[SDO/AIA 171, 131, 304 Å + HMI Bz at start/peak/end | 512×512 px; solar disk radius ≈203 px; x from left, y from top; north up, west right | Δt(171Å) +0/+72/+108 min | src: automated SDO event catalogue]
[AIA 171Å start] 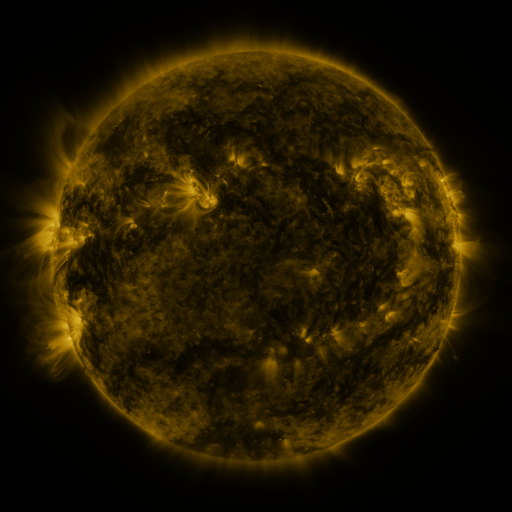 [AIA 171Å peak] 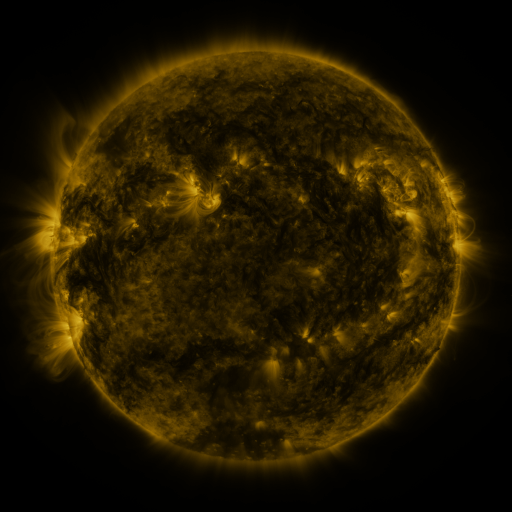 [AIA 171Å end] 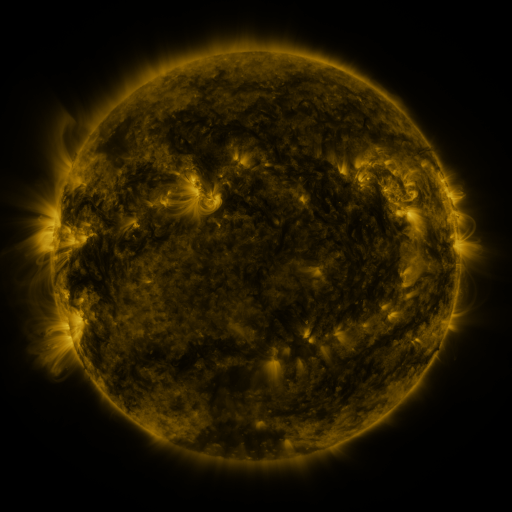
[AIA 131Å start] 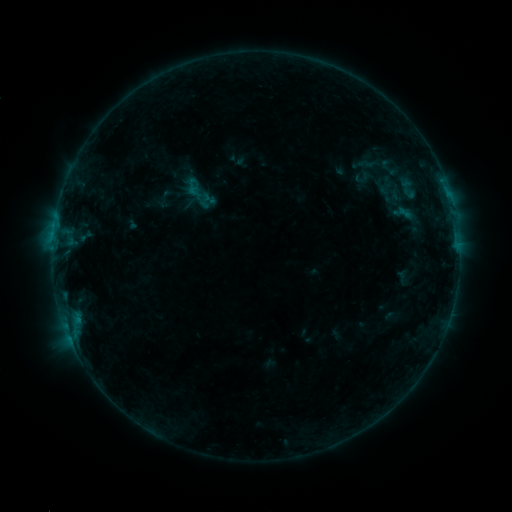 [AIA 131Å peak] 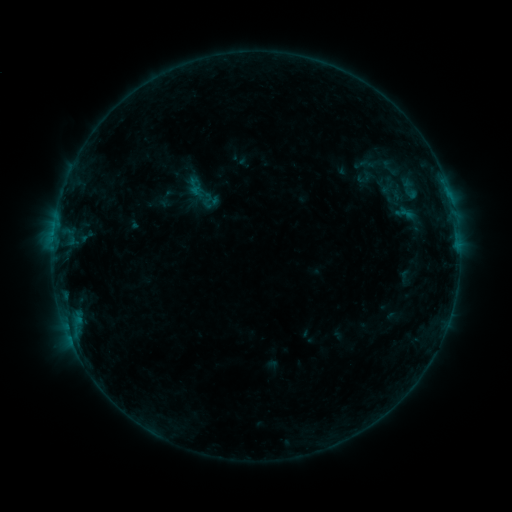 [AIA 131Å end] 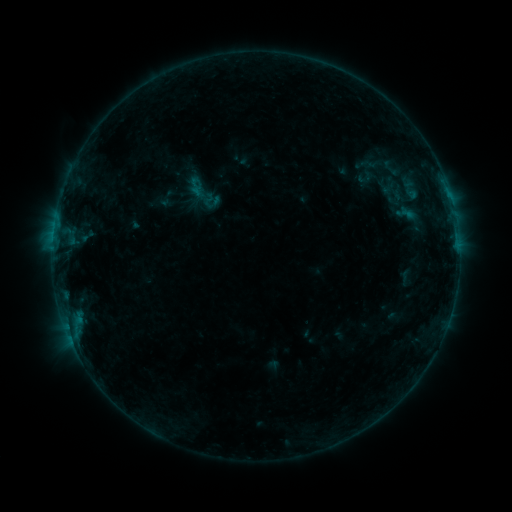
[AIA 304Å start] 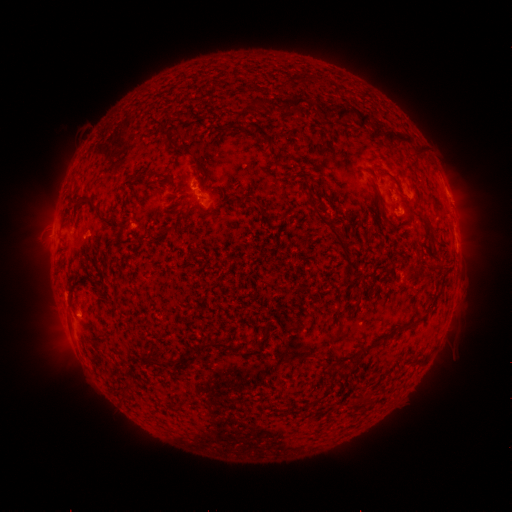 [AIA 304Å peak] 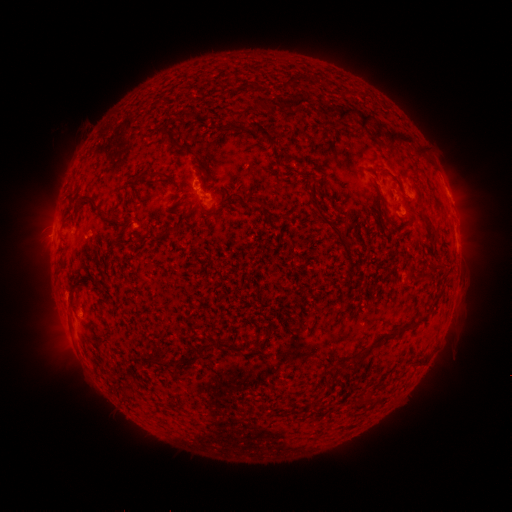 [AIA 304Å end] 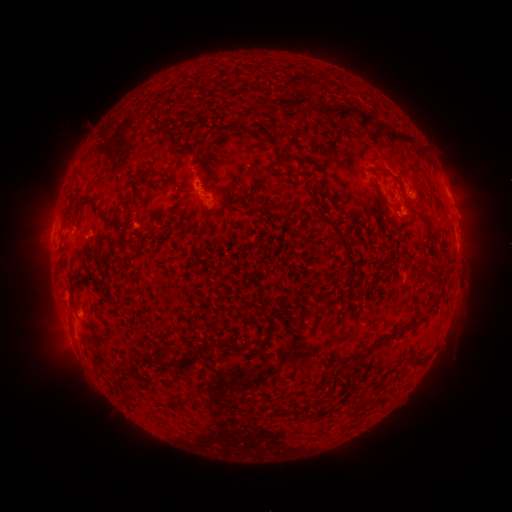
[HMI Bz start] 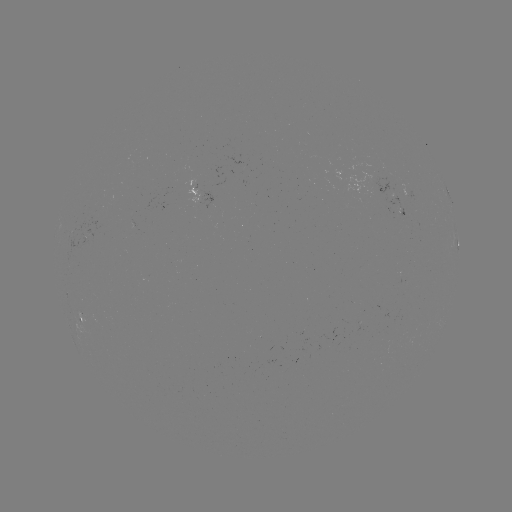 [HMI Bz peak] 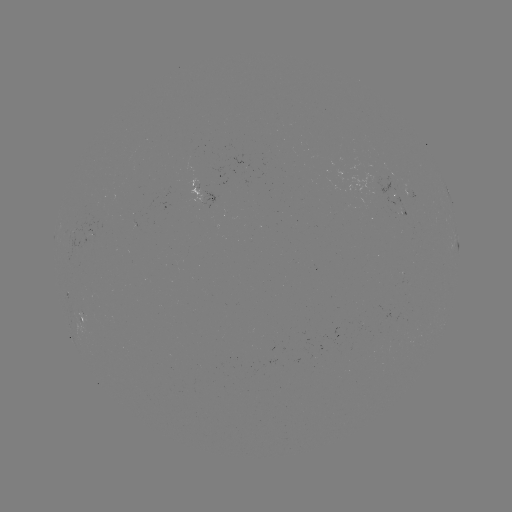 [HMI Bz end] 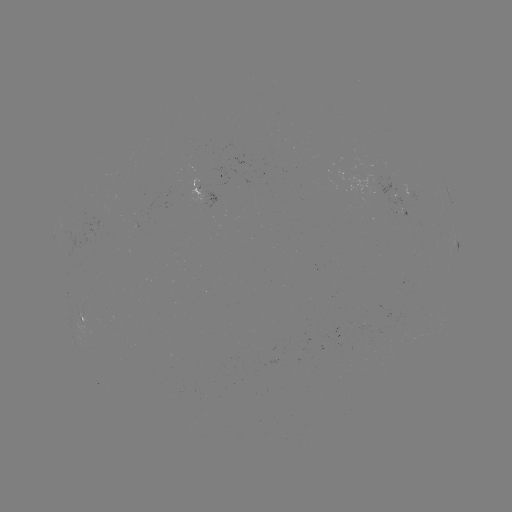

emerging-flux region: <bbox>79, 219, 98, 249</bbox>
